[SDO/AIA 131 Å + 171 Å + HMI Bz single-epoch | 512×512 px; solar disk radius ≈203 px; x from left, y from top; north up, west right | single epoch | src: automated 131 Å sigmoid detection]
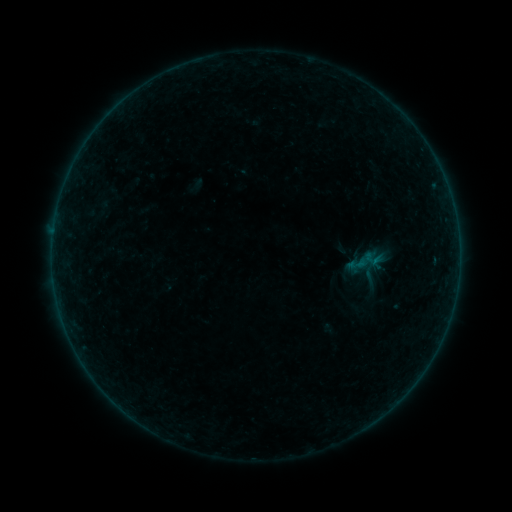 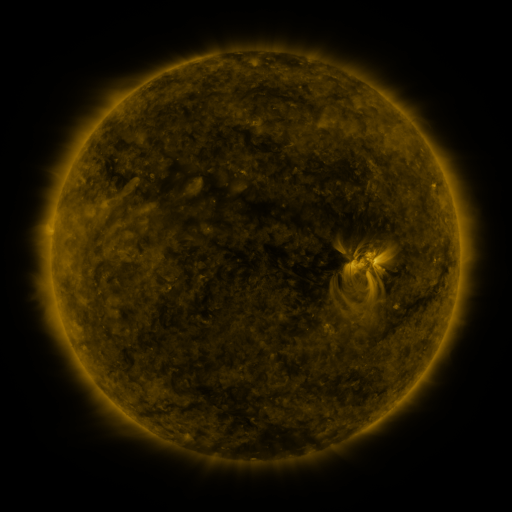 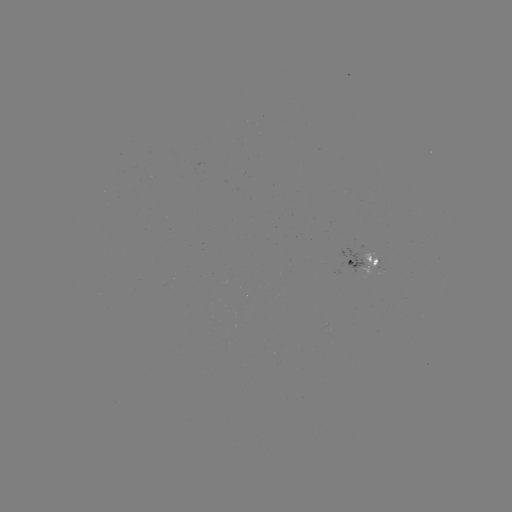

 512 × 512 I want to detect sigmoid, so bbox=[346, 251, 368, 276].